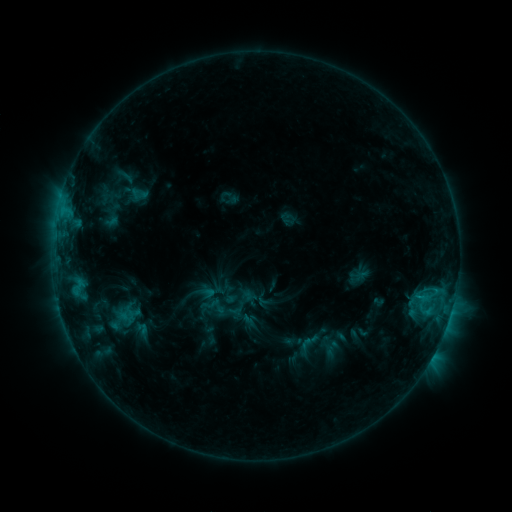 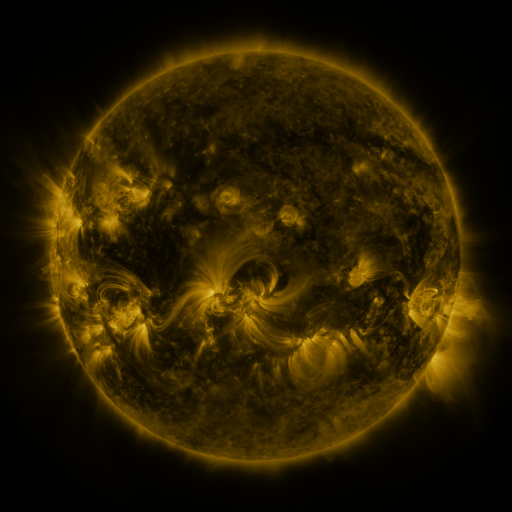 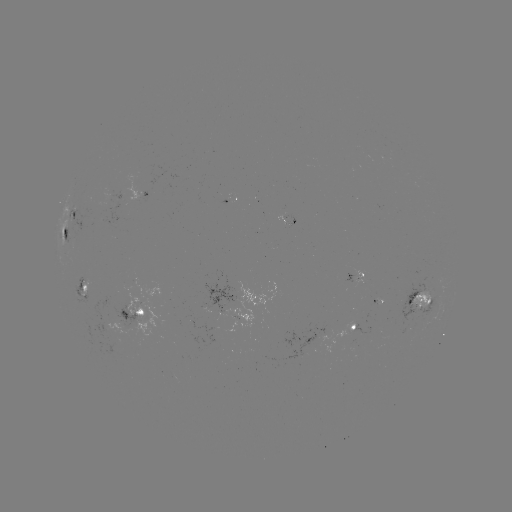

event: sigmoid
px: (309, 342)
